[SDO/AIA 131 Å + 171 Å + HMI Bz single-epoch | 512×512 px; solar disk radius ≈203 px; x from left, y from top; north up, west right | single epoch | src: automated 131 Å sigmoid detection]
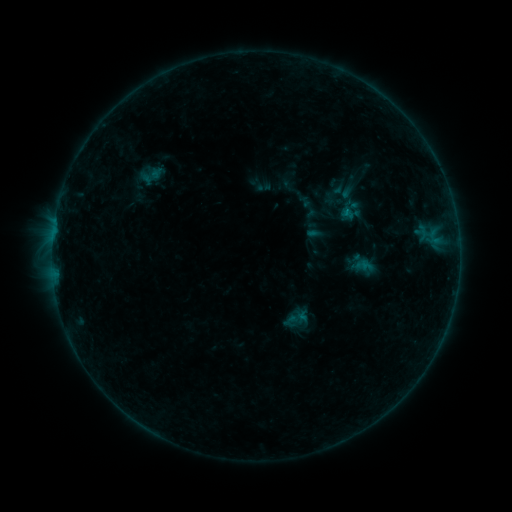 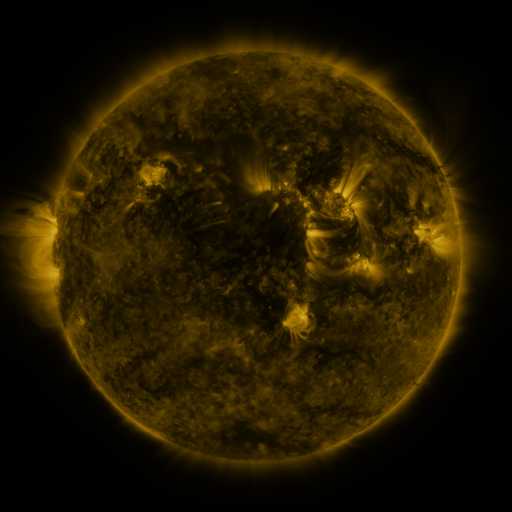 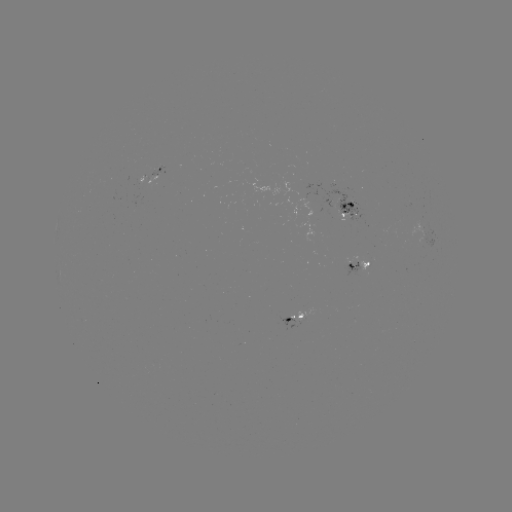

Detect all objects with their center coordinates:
sigmoid: (265, 187)
sigmoid: (297, 319)
